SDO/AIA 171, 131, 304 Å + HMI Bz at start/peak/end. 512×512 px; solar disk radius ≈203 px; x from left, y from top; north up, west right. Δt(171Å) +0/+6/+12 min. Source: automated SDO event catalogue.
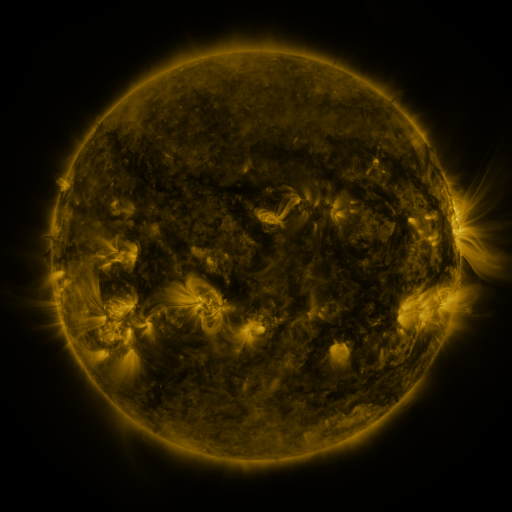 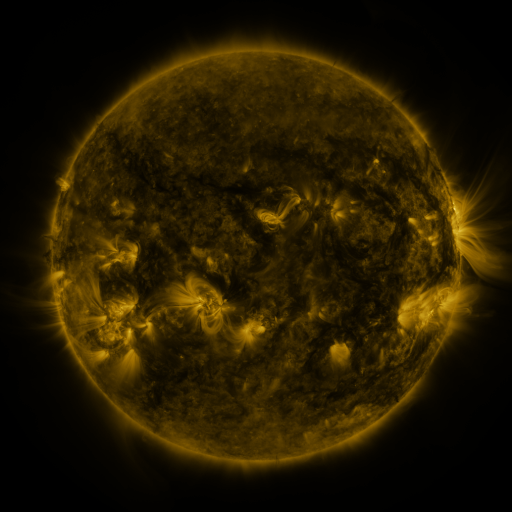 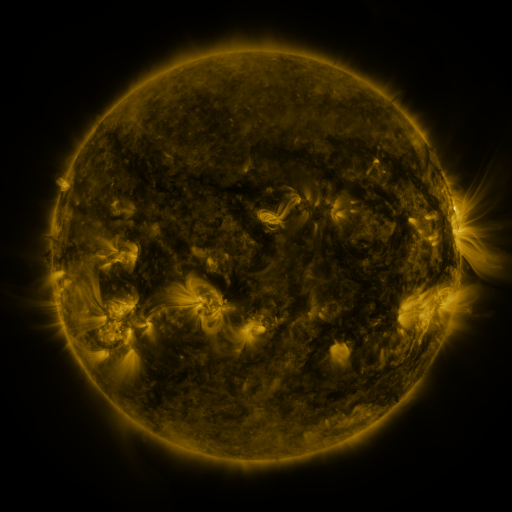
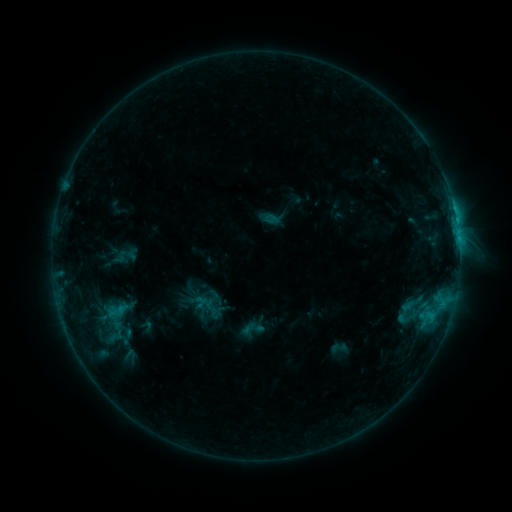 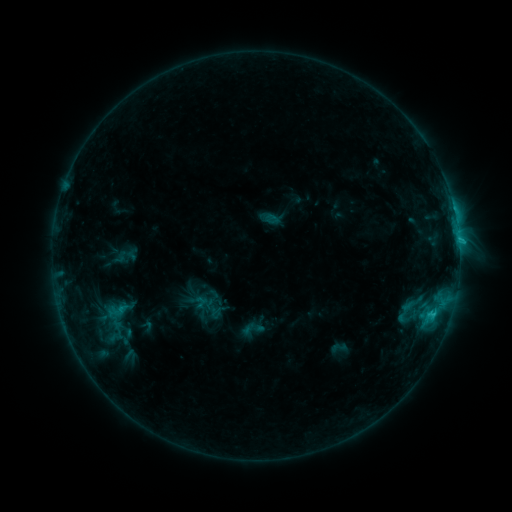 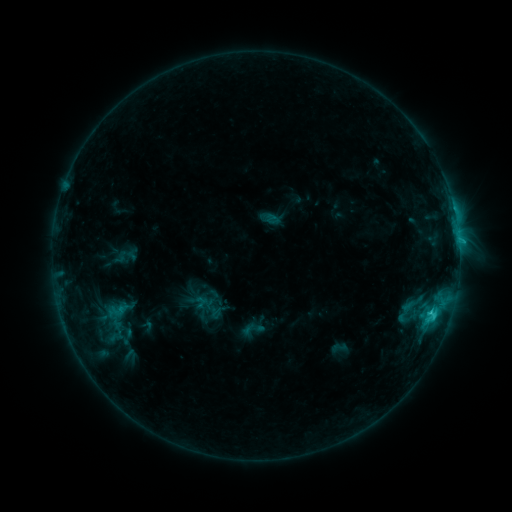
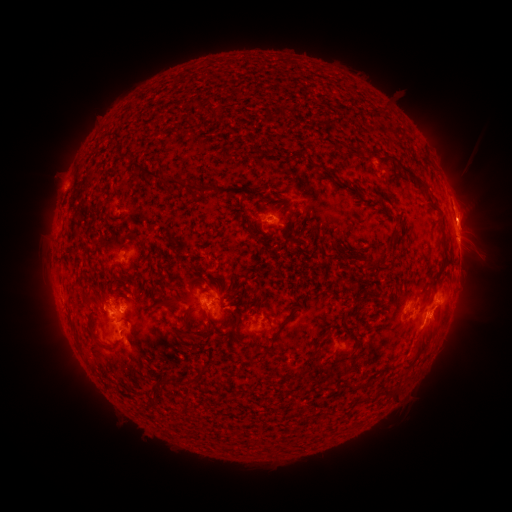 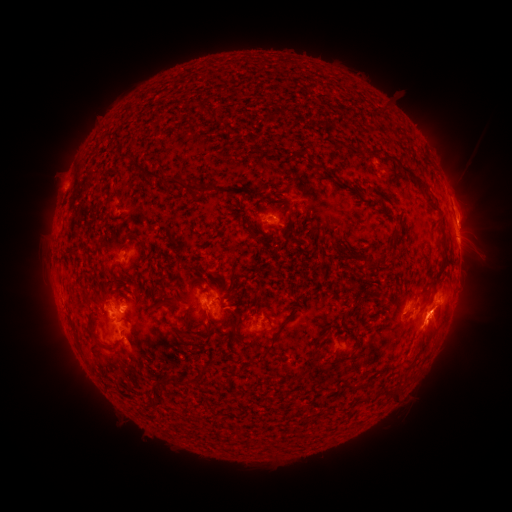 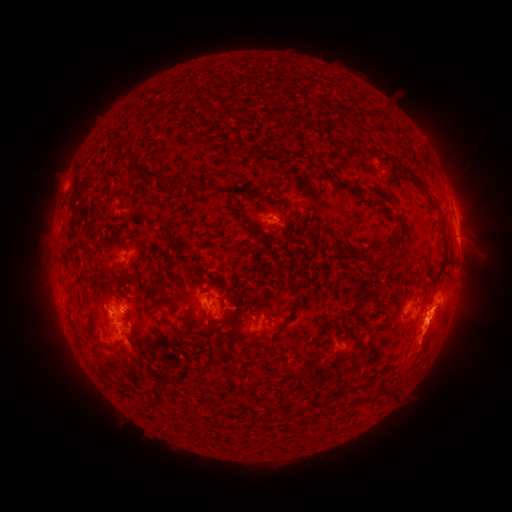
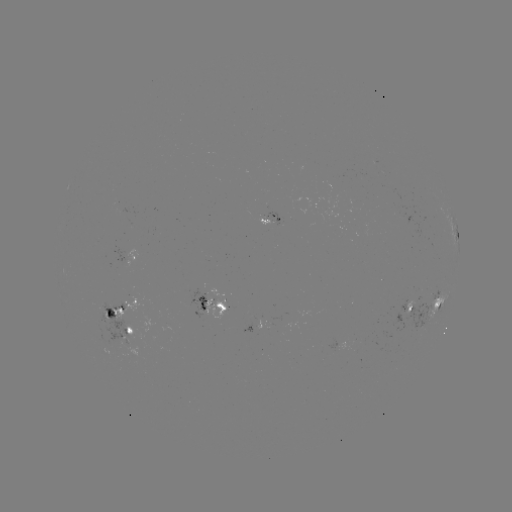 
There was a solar eruption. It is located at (435, 322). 